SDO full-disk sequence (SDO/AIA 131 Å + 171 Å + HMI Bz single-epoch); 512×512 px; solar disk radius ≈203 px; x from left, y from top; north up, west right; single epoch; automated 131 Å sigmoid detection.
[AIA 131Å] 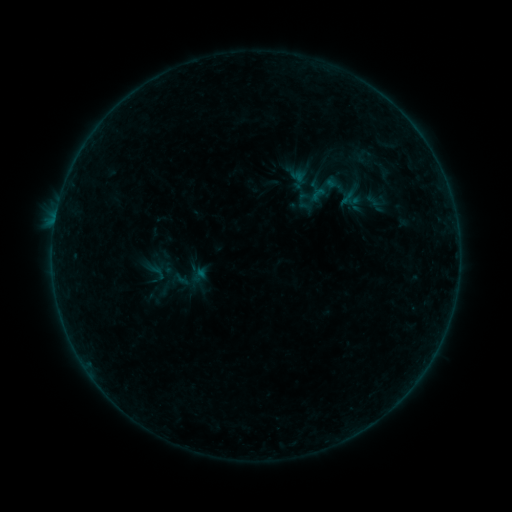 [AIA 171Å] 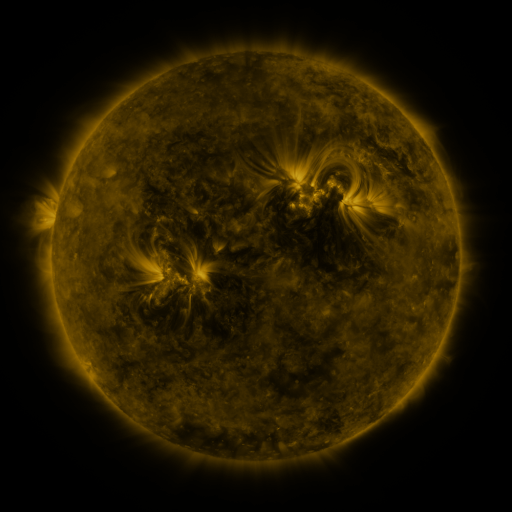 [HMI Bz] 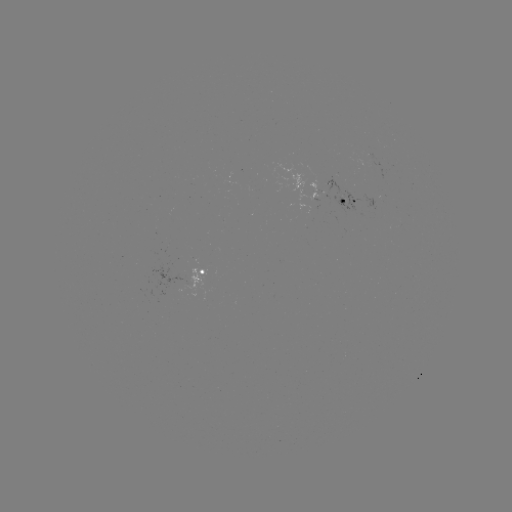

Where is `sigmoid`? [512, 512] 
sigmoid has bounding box [308, 185, 327, 204].